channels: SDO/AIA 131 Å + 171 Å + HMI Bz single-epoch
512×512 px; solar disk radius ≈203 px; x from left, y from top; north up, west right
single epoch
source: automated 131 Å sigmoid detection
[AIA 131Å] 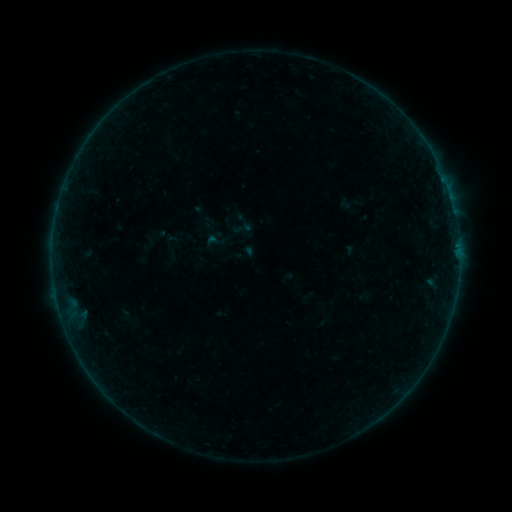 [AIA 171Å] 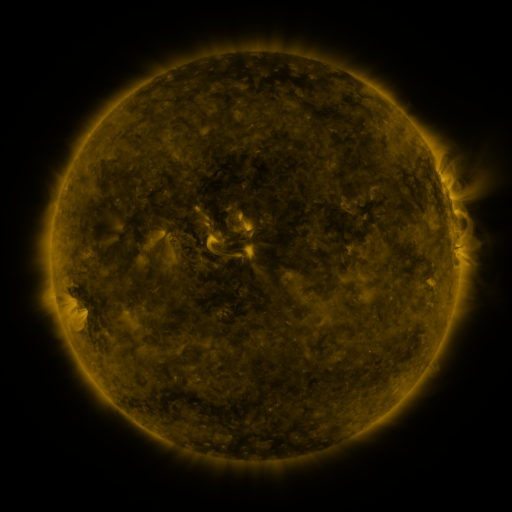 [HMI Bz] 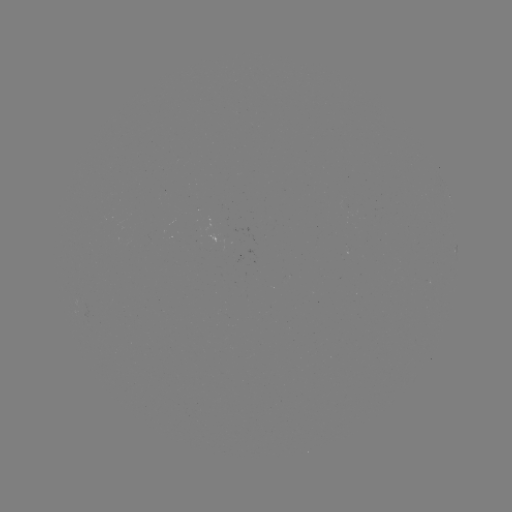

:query sigmoid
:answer [242, 228]